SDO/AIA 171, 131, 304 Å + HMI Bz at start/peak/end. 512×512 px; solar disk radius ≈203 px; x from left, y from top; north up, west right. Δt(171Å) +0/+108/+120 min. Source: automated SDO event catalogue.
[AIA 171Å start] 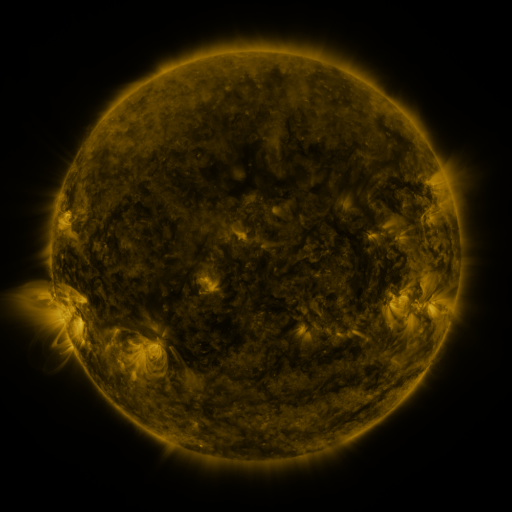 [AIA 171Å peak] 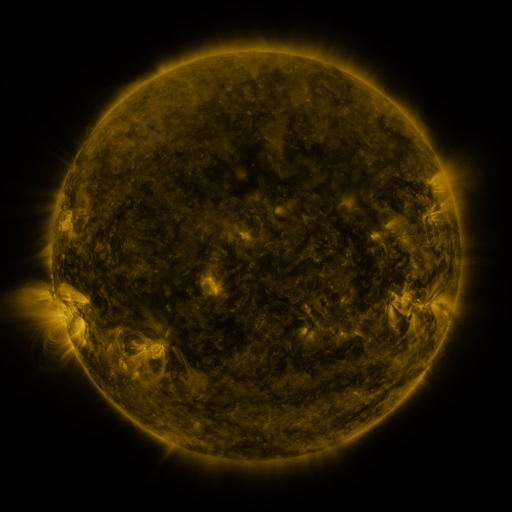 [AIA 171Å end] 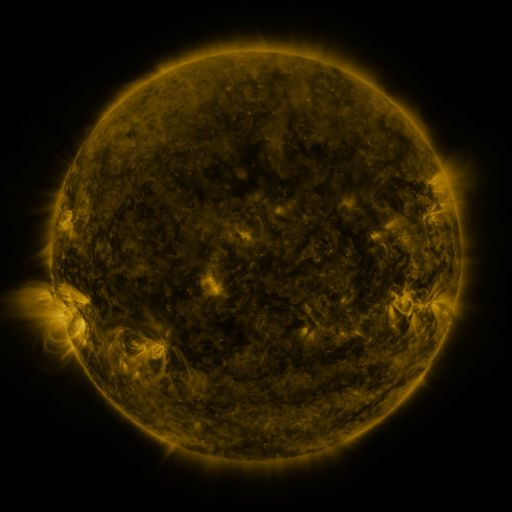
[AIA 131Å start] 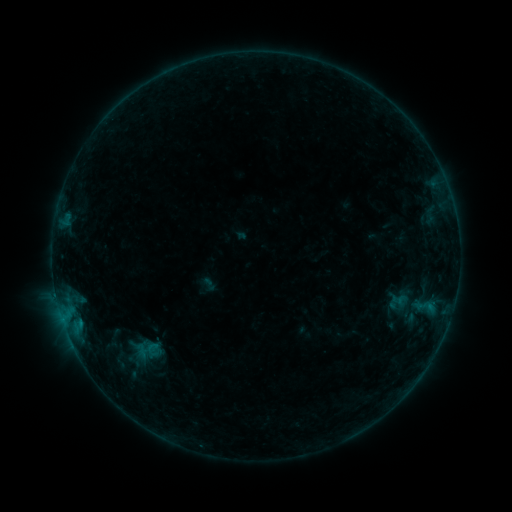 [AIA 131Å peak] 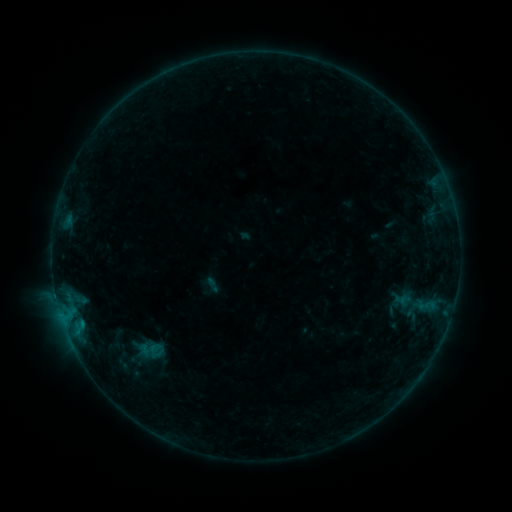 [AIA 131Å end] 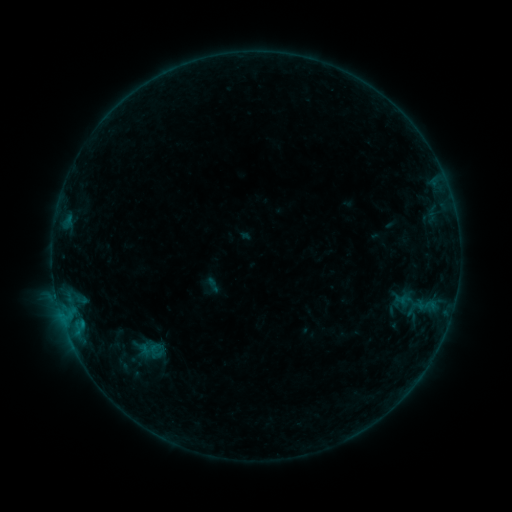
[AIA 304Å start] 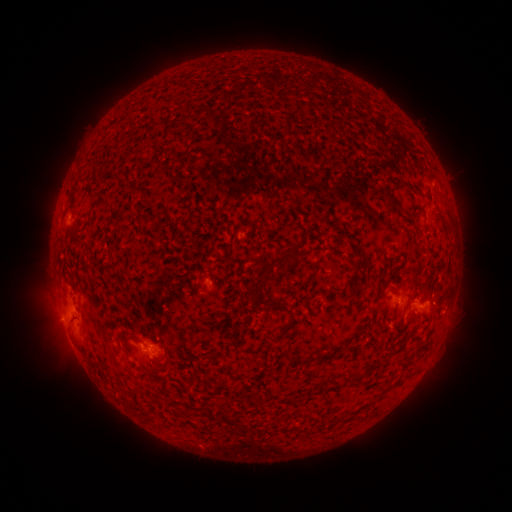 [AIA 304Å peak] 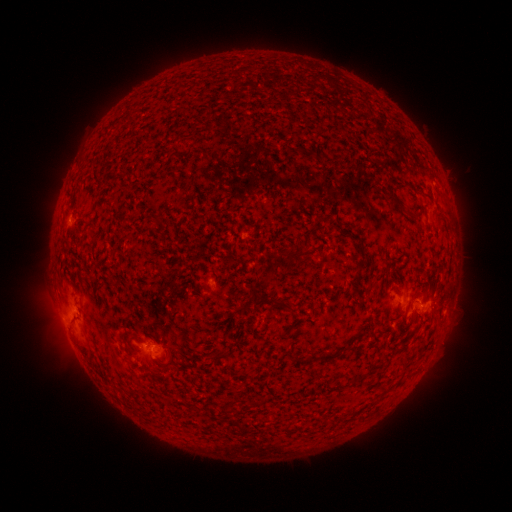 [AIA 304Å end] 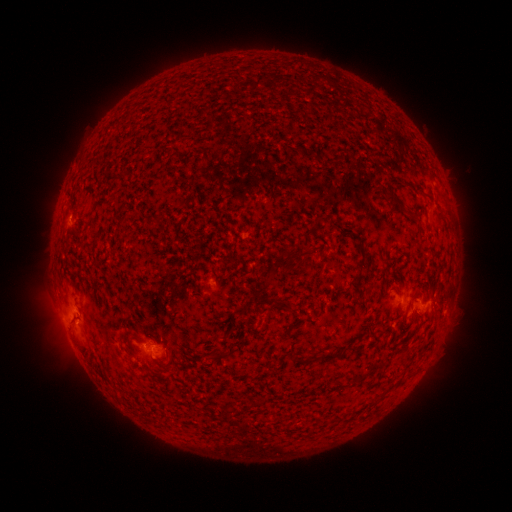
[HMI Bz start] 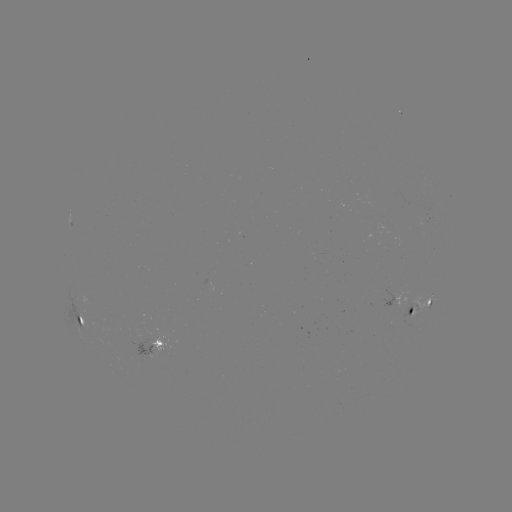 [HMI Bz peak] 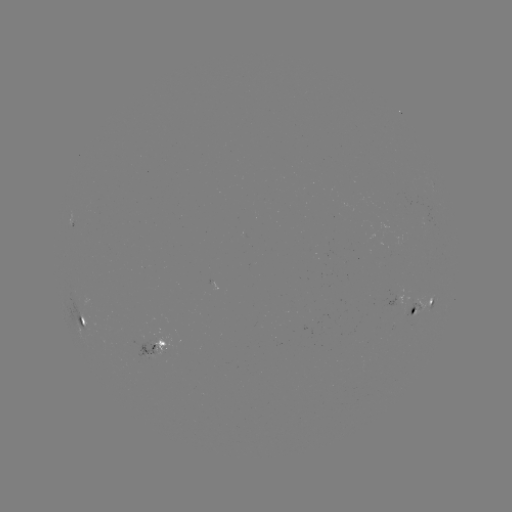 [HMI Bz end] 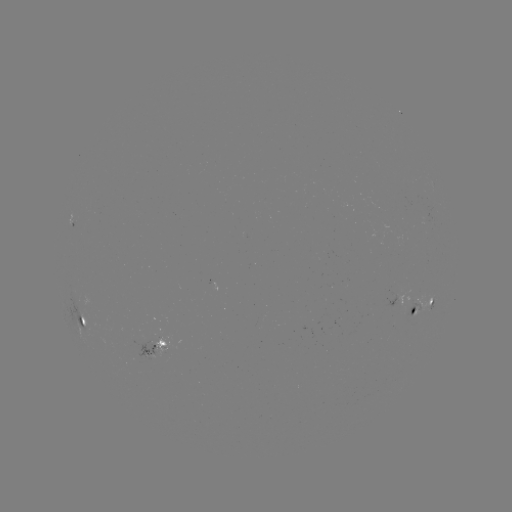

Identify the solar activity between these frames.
emerging-flux region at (408, 310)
